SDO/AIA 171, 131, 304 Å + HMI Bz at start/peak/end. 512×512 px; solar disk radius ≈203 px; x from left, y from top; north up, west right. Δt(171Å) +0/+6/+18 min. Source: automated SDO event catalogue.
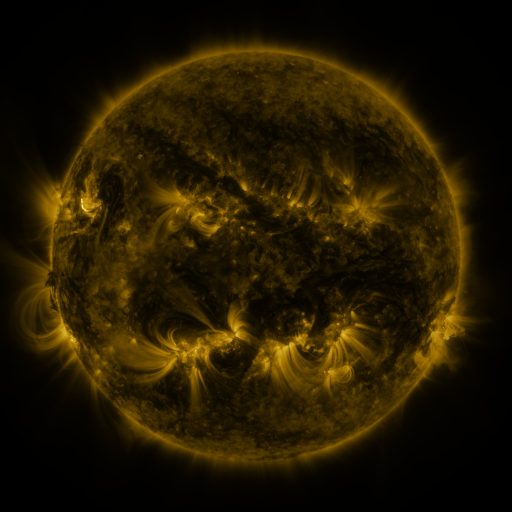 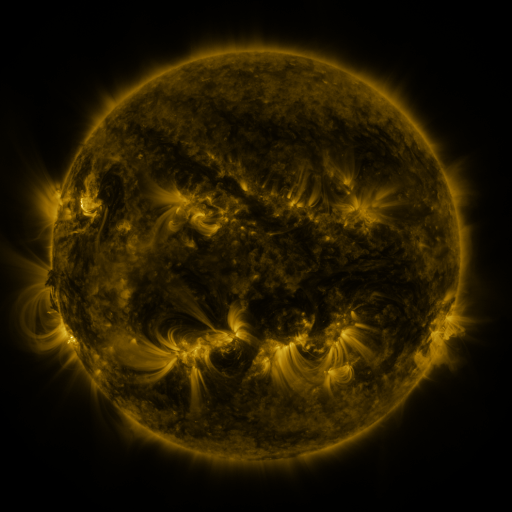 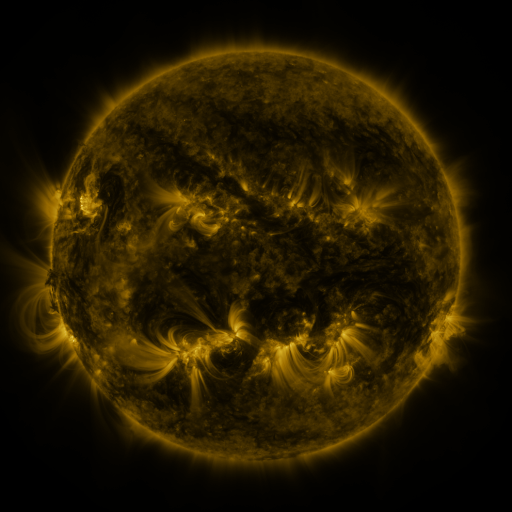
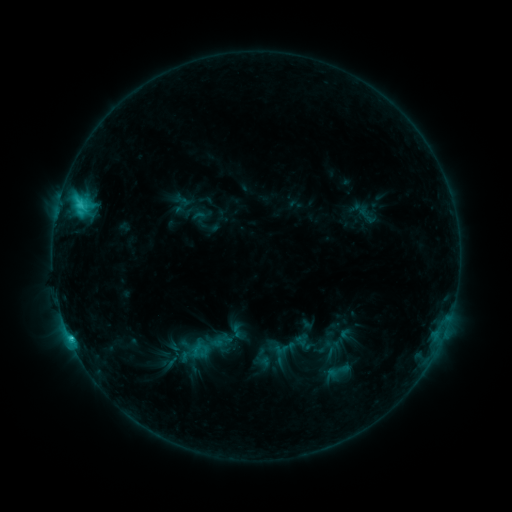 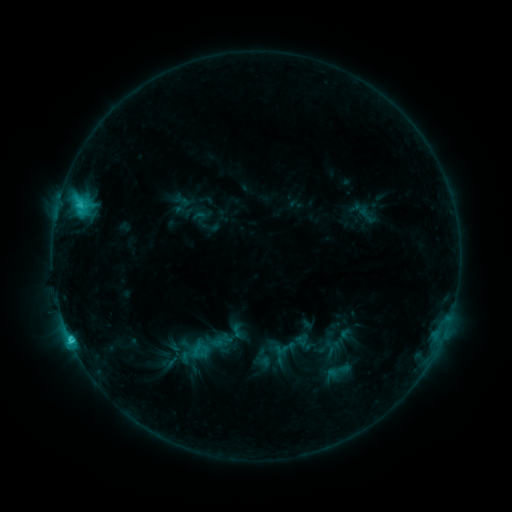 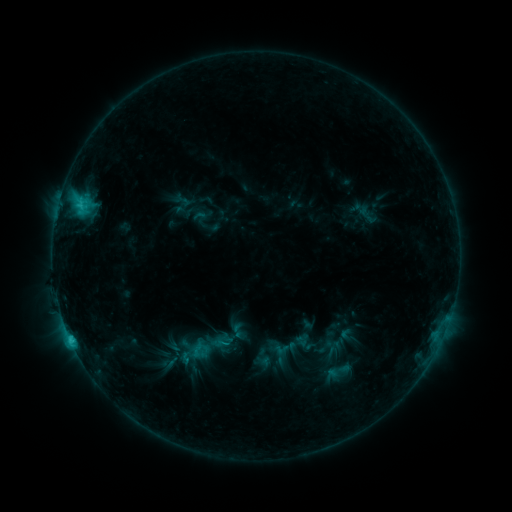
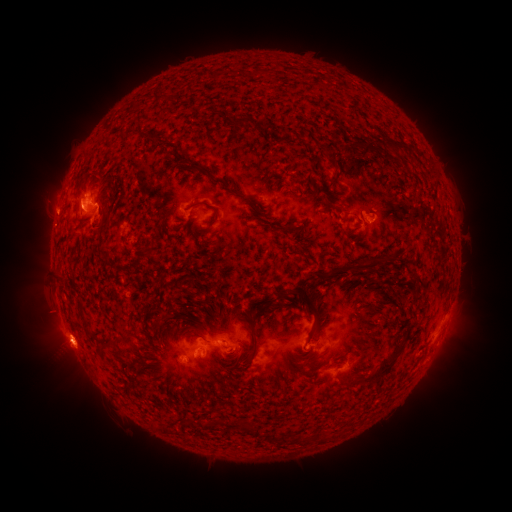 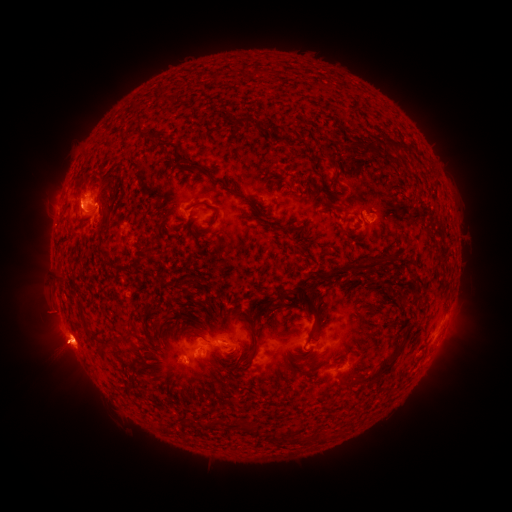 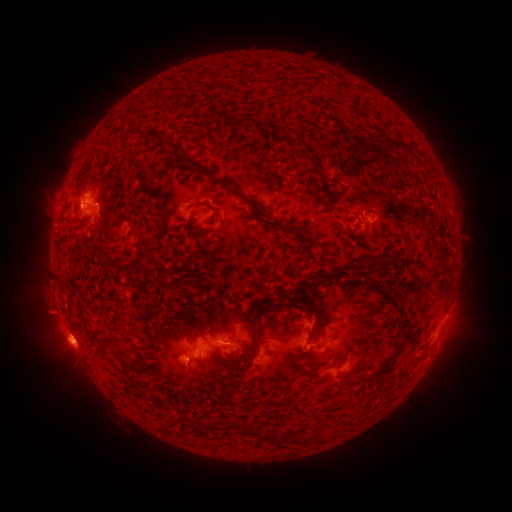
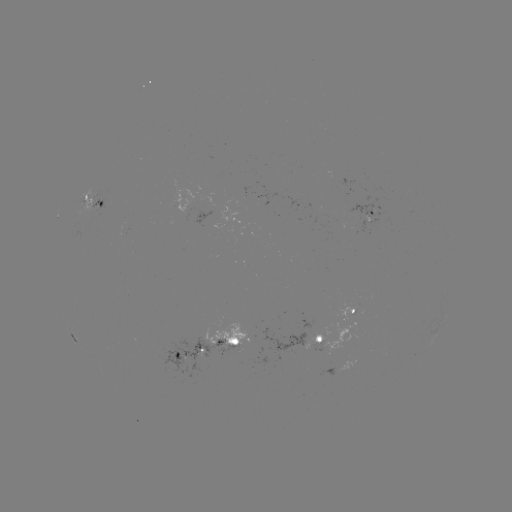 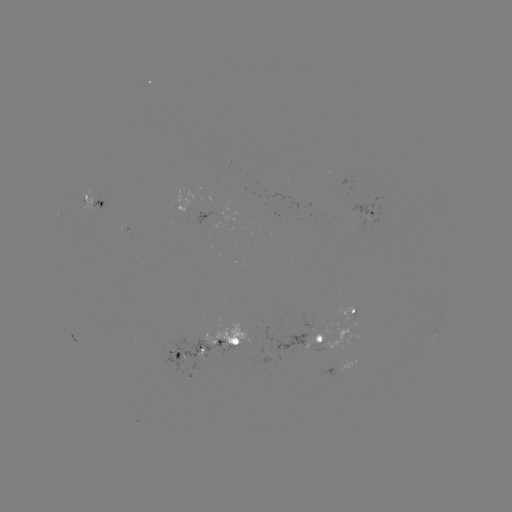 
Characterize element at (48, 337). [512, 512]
eruption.